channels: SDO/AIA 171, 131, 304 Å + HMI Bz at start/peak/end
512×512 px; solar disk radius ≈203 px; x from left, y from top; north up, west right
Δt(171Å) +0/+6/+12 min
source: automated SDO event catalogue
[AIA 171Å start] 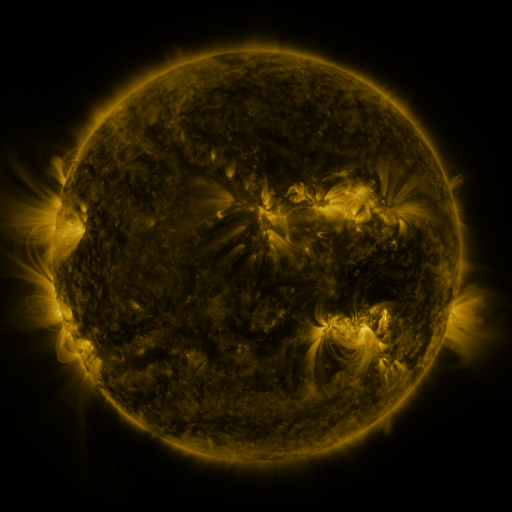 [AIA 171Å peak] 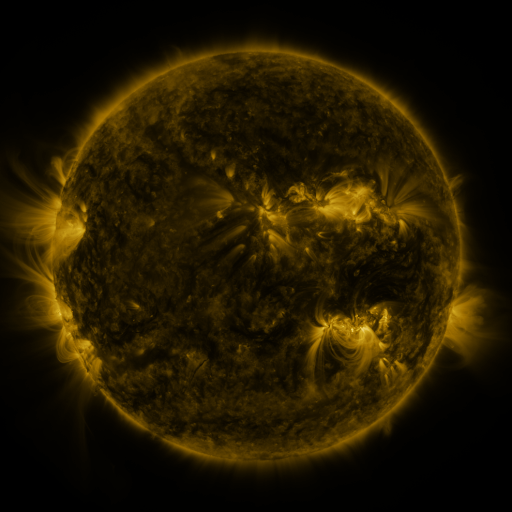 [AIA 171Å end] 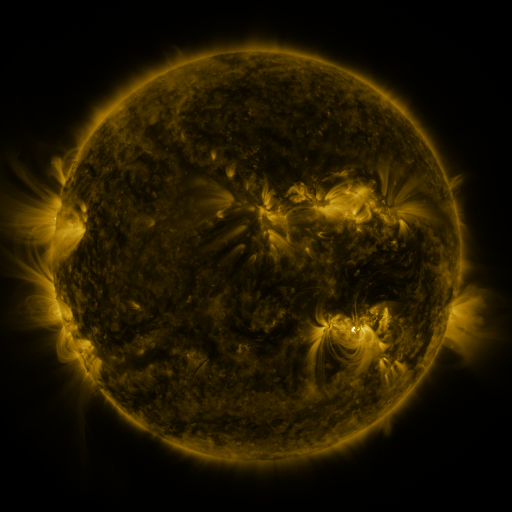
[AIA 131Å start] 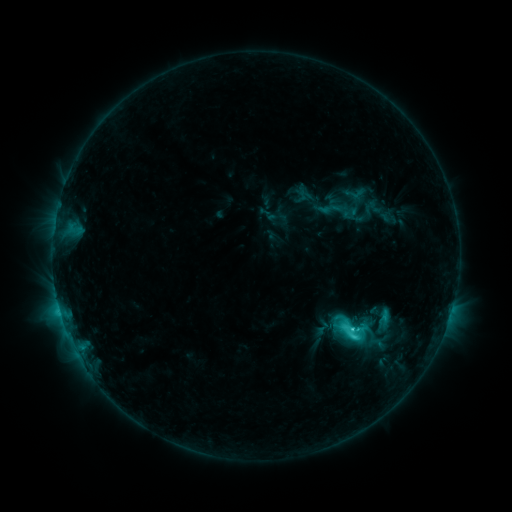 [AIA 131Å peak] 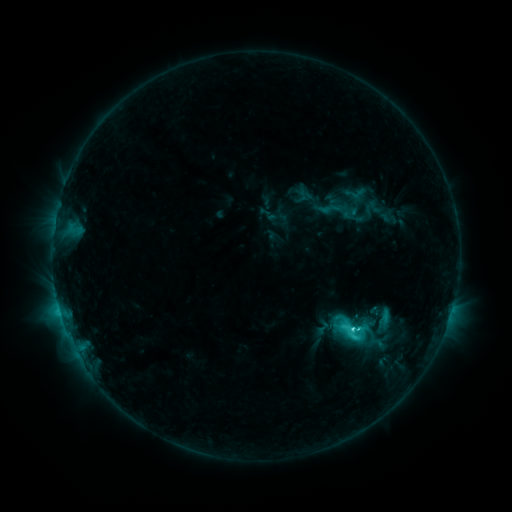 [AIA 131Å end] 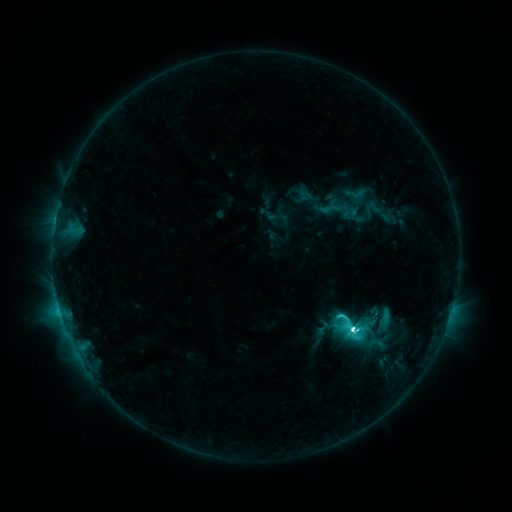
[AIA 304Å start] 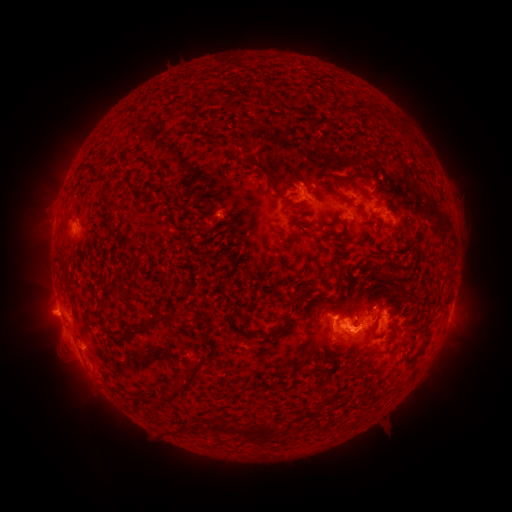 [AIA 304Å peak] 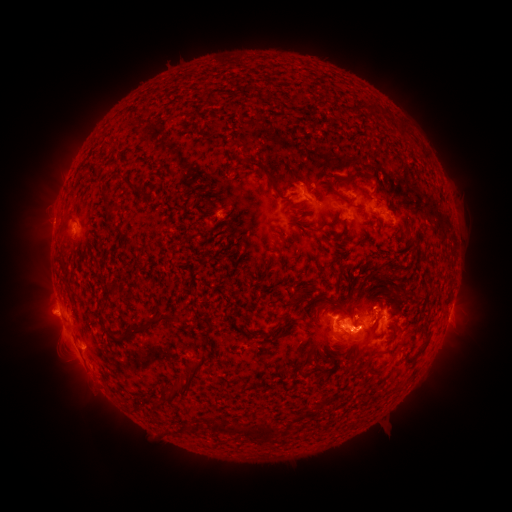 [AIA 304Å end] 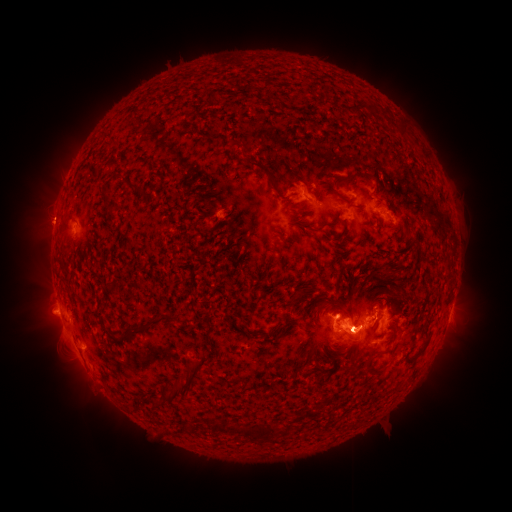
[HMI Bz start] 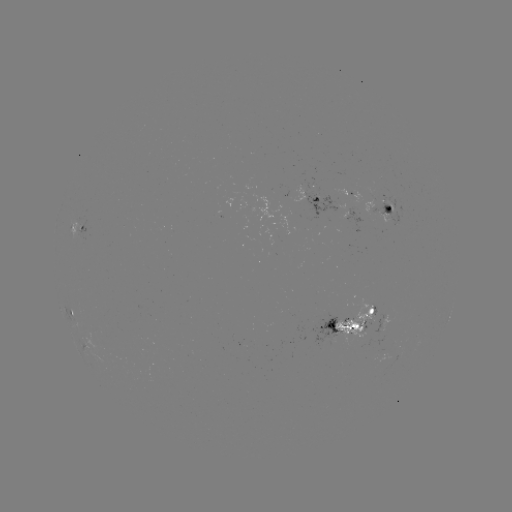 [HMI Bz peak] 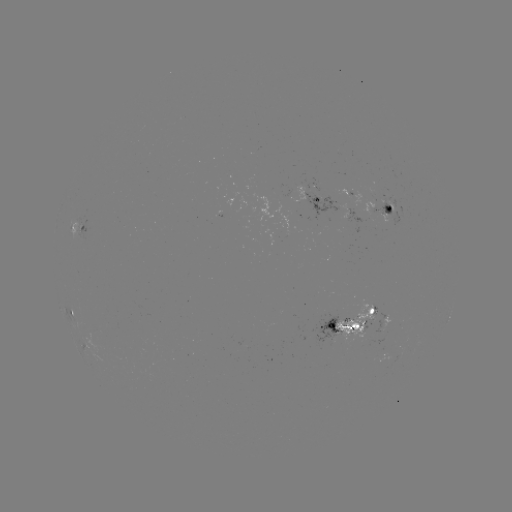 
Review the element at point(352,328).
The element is M1.3 flare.